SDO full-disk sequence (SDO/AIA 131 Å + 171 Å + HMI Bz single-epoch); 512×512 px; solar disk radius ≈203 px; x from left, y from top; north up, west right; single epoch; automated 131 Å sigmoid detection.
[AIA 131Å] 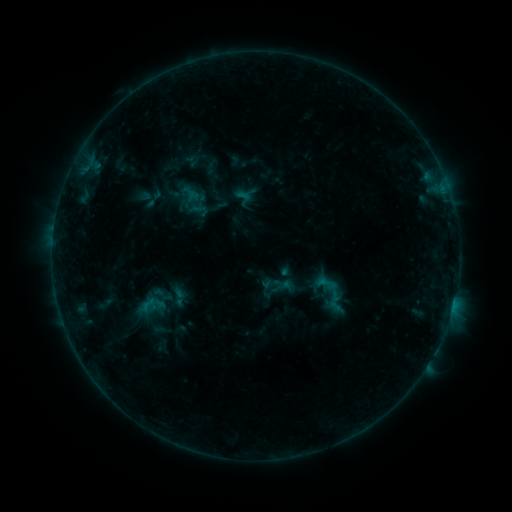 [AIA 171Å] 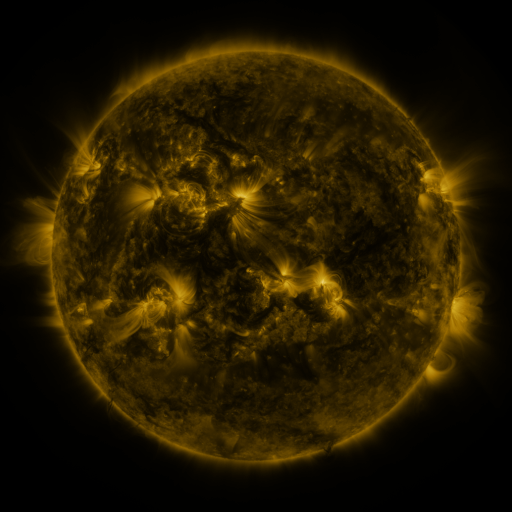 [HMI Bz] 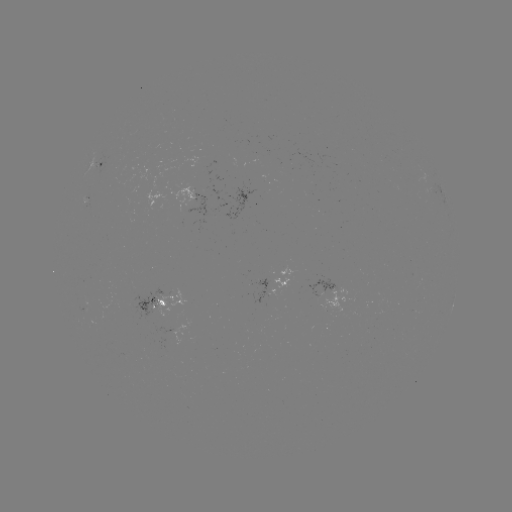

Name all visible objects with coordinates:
sigmoid: (314, 271, 337, 296)
